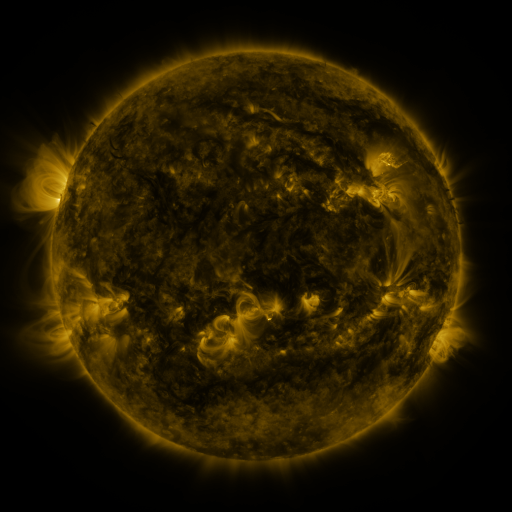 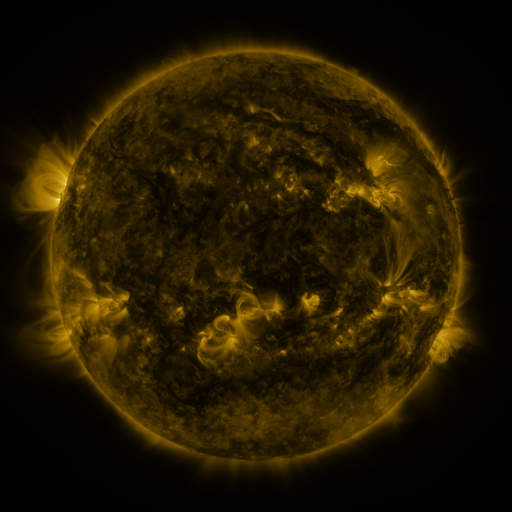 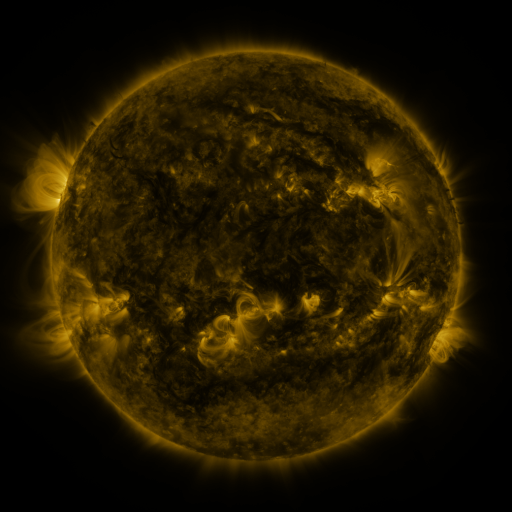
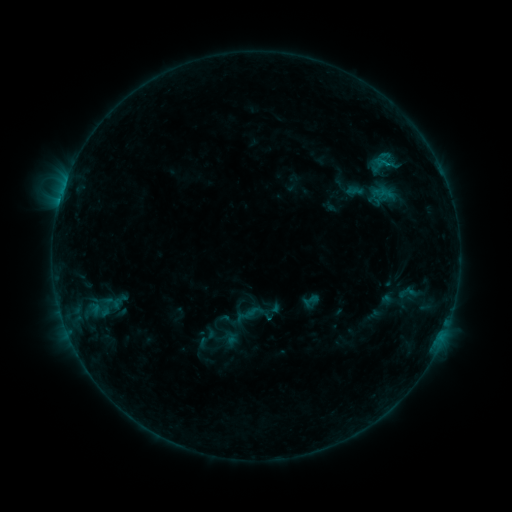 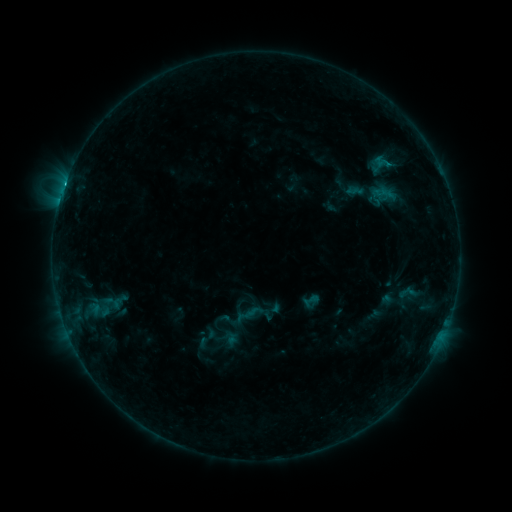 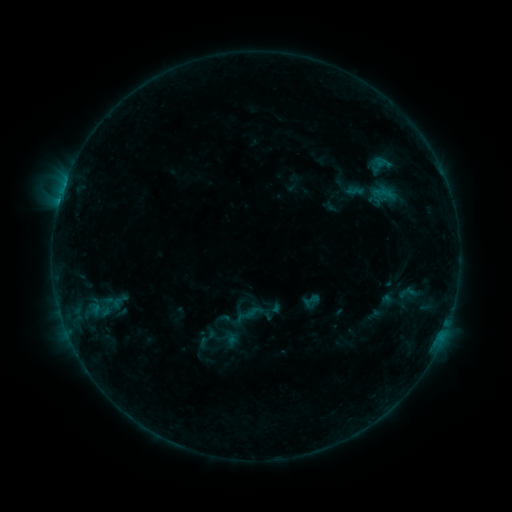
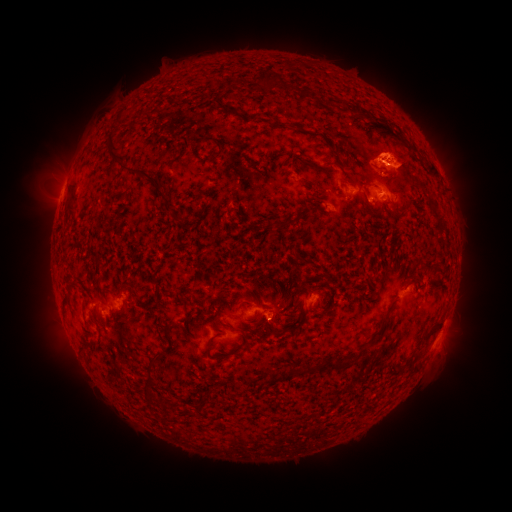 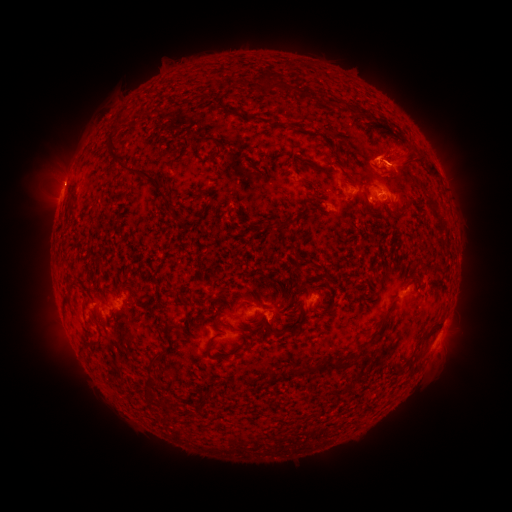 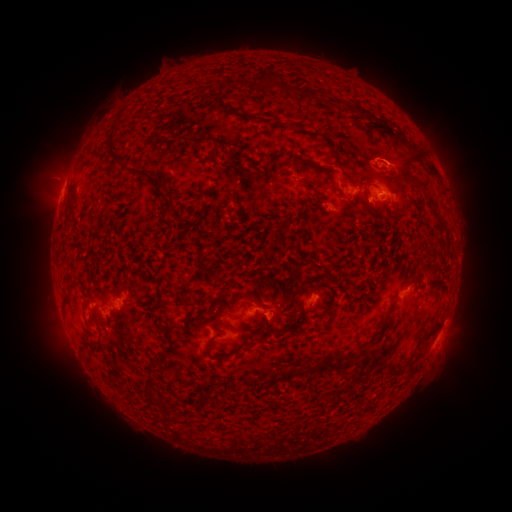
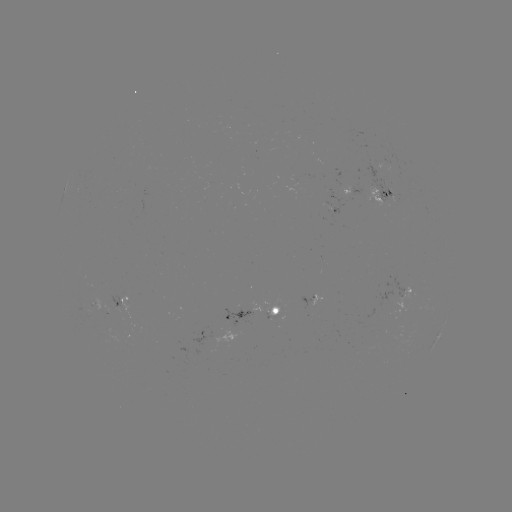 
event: flare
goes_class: B6.2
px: (66, 183)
